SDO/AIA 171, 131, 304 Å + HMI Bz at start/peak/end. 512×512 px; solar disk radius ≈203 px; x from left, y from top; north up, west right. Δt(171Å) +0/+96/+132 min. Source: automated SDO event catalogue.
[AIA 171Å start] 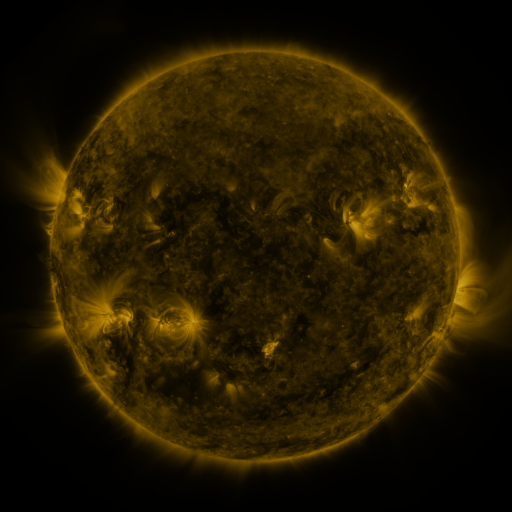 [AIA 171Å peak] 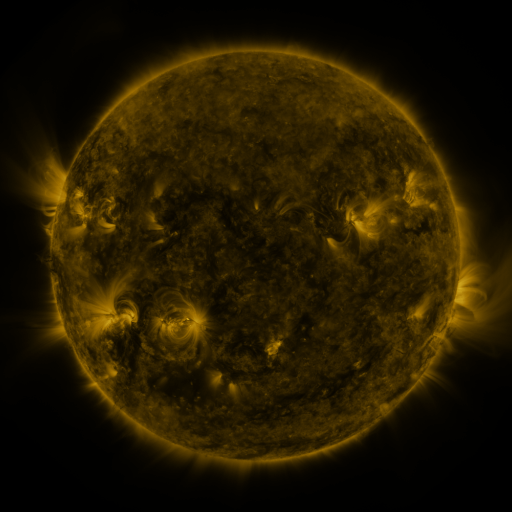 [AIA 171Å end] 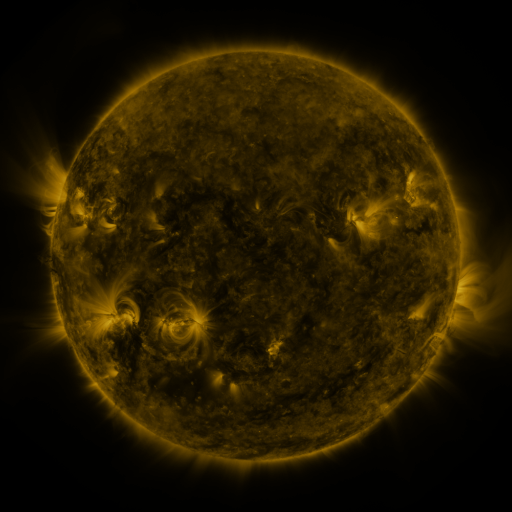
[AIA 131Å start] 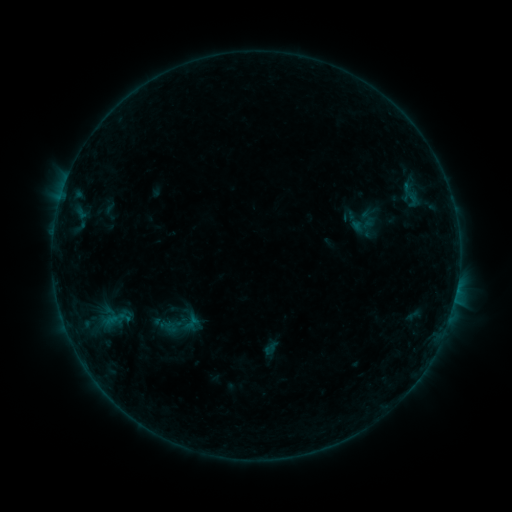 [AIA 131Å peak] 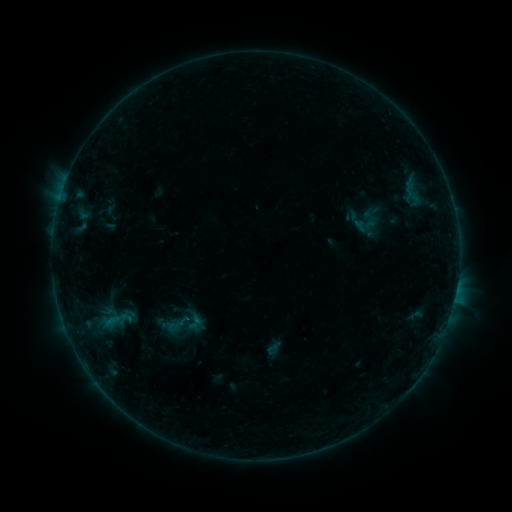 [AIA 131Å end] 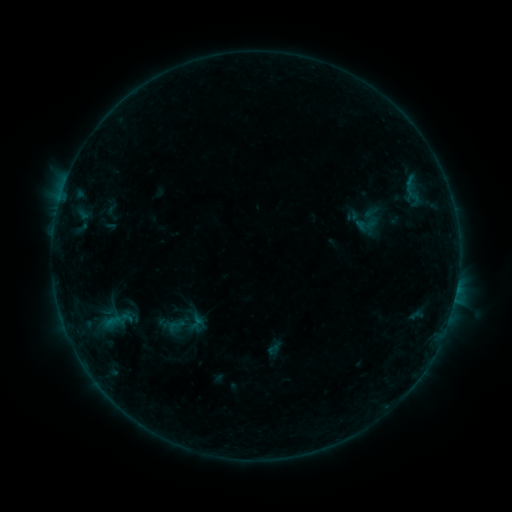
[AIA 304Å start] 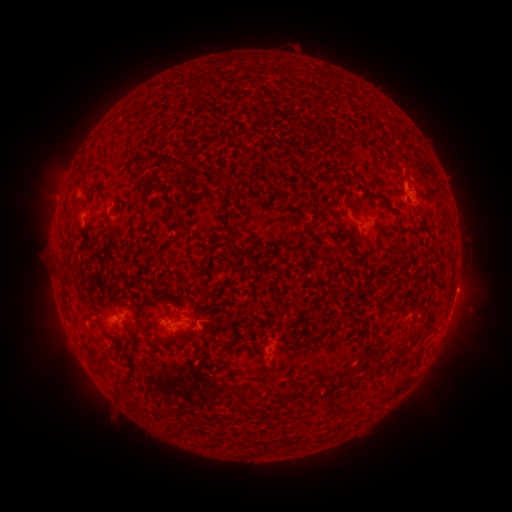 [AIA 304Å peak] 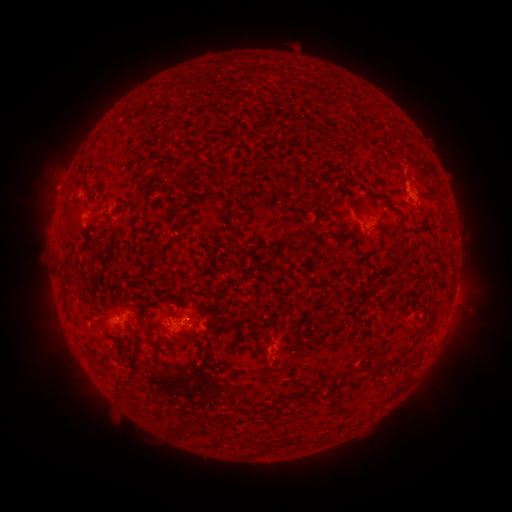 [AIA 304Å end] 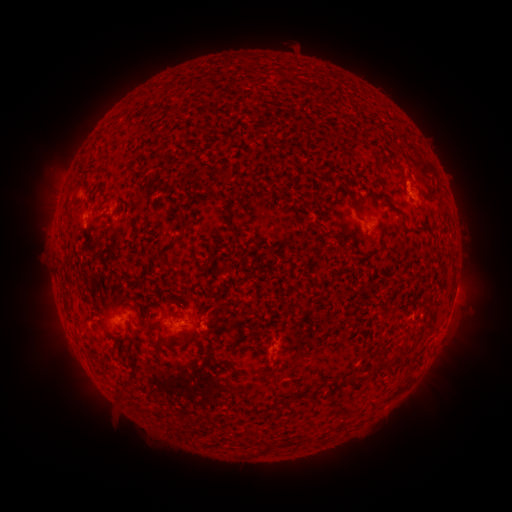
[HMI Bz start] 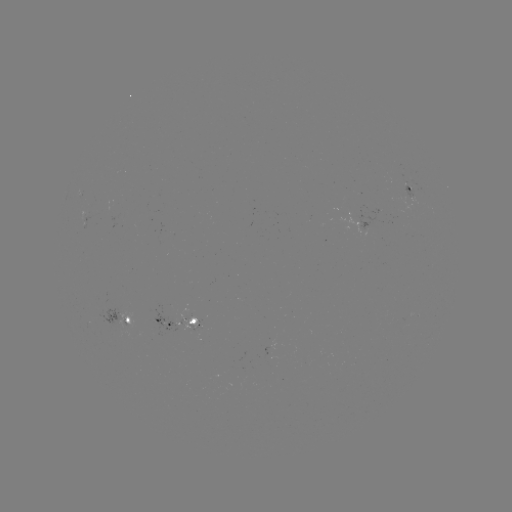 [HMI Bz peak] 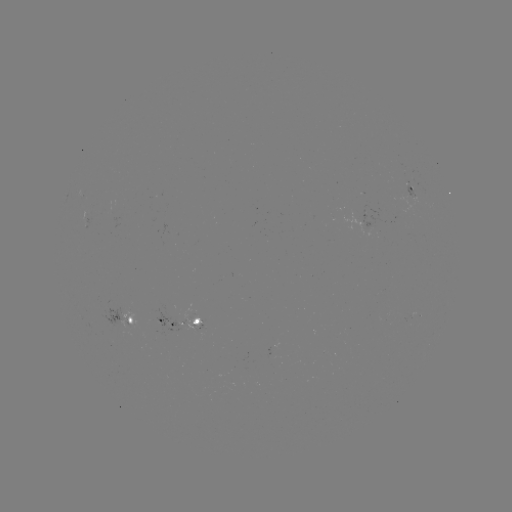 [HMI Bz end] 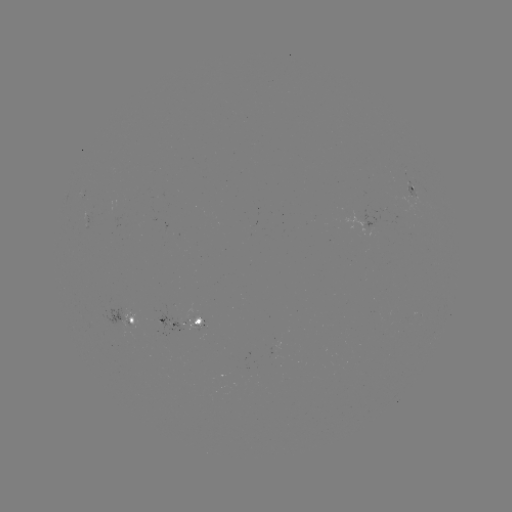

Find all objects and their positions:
emerging-flux region: (89, 211)
